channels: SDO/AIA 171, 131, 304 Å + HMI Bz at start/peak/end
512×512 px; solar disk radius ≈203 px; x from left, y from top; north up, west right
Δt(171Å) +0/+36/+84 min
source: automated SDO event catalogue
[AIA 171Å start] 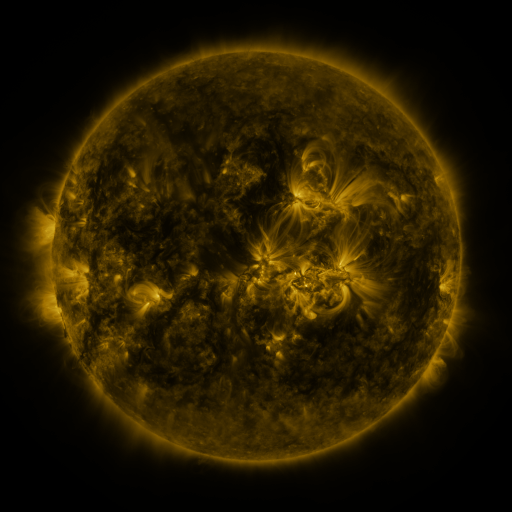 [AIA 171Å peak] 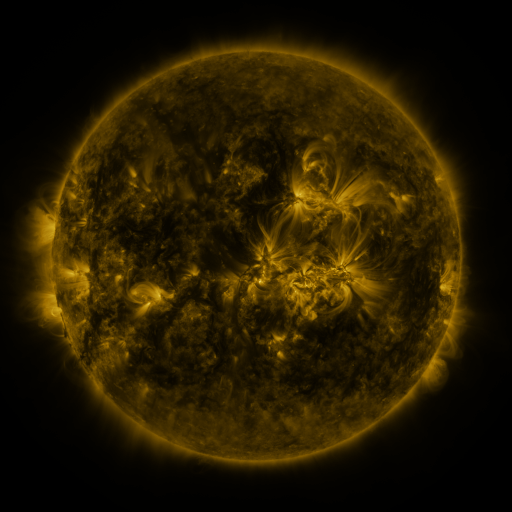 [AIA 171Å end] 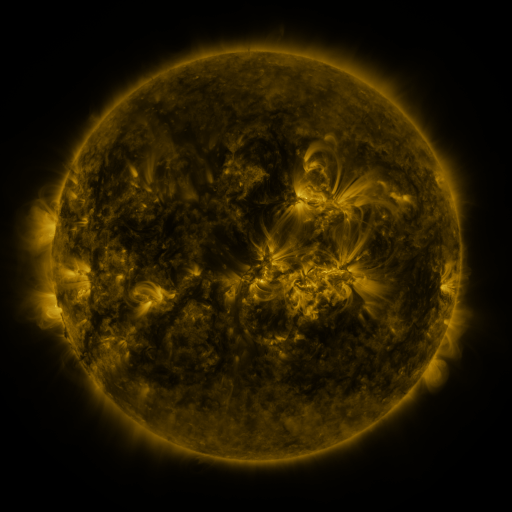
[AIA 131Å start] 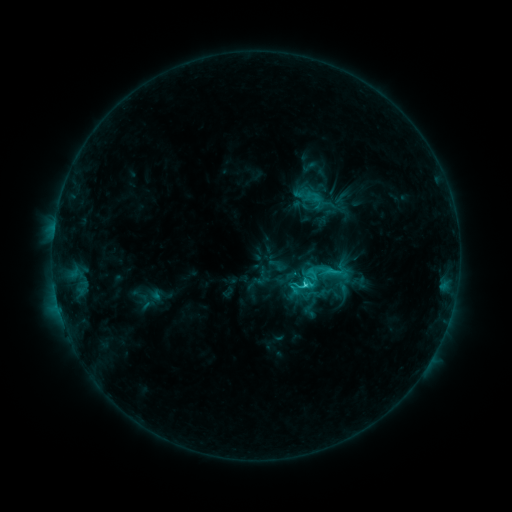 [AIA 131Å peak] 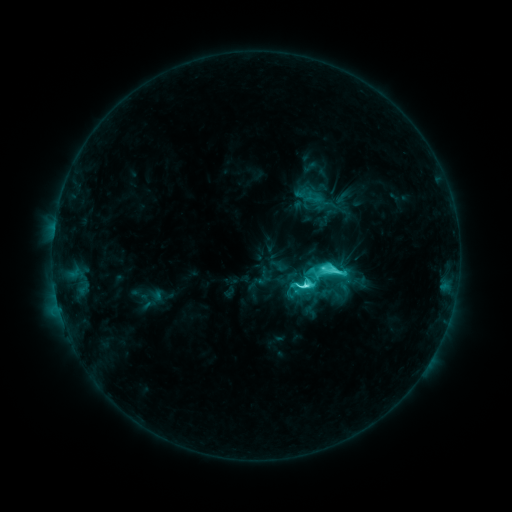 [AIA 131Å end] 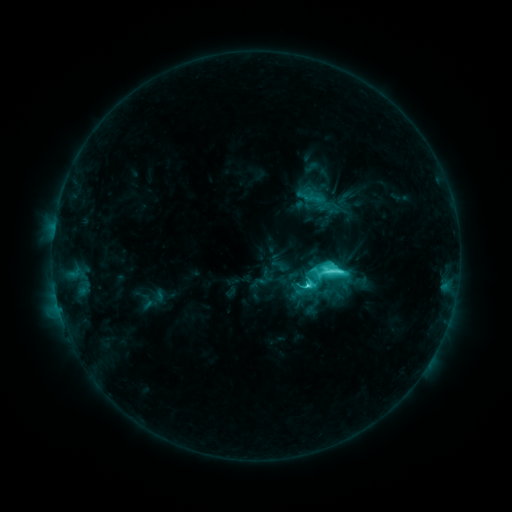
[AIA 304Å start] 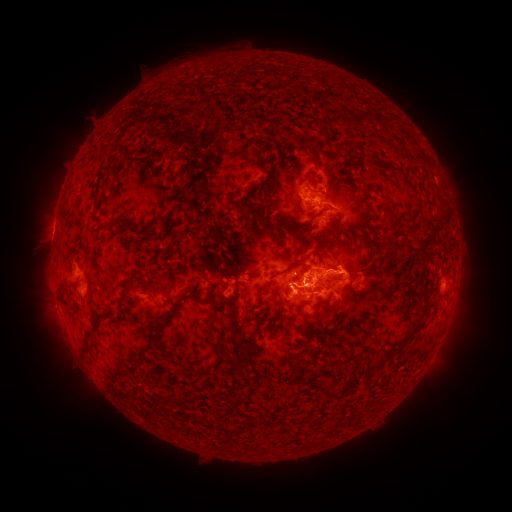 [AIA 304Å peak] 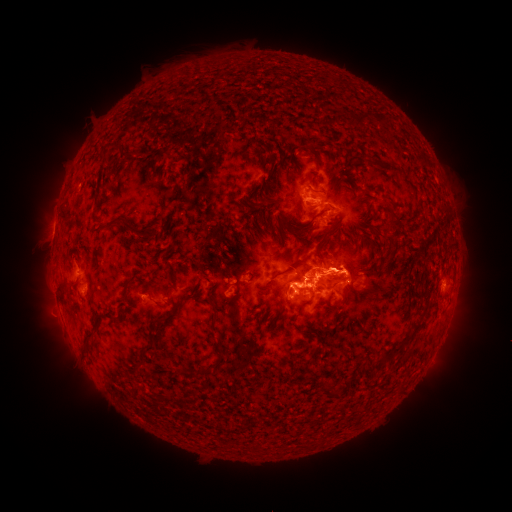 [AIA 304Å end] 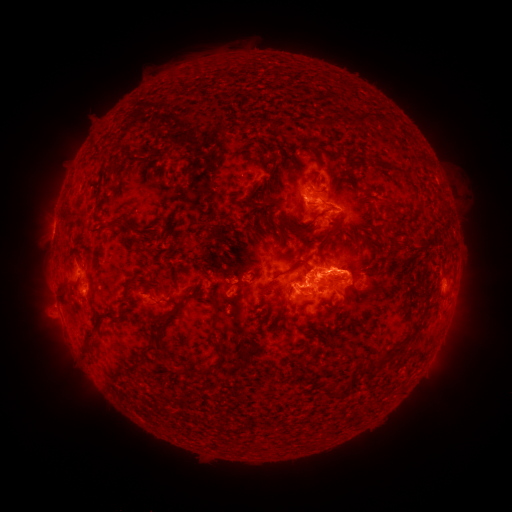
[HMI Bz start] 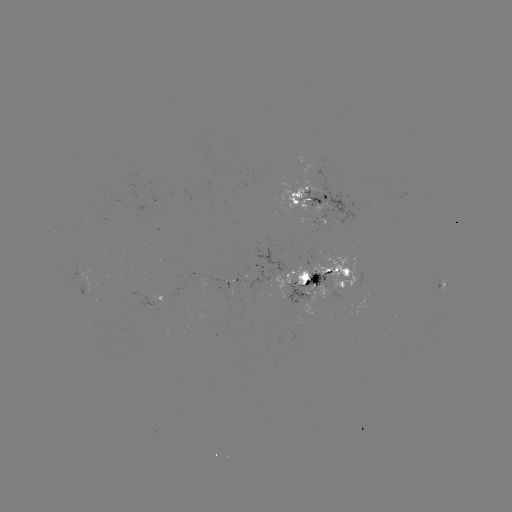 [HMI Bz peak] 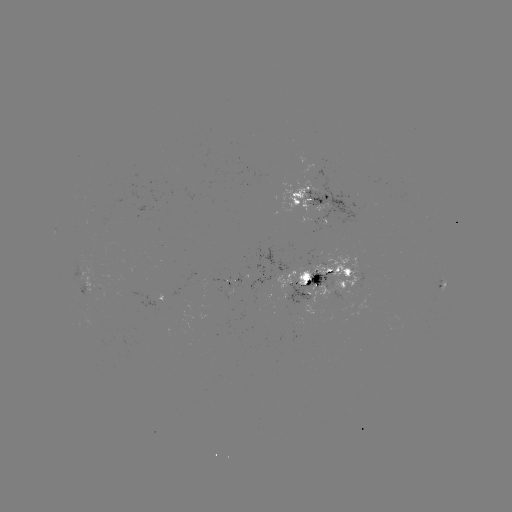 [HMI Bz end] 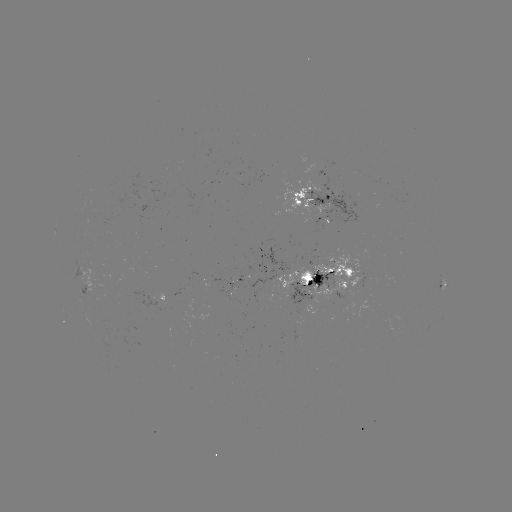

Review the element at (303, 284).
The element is M1.5 flare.